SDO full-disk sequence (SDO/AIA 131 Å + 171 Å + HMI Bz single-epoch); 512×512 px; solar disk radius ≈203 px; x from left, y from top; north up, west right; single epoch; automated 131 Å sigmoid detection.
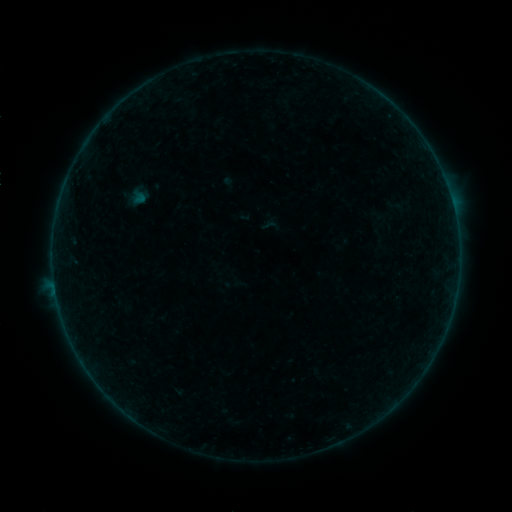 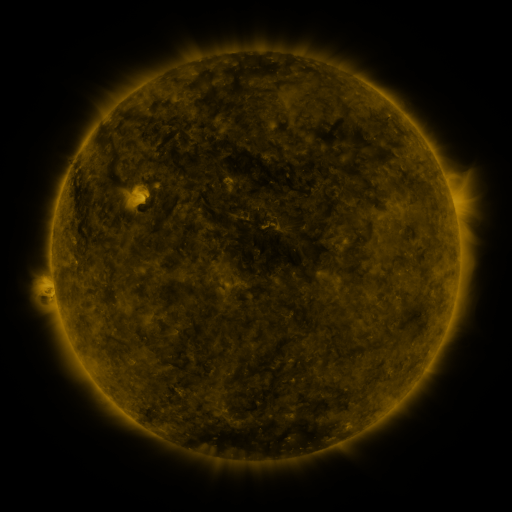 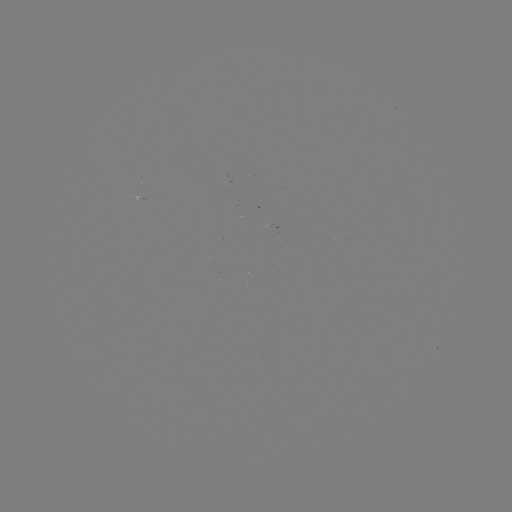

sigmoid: [261, 217, 278, 234]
